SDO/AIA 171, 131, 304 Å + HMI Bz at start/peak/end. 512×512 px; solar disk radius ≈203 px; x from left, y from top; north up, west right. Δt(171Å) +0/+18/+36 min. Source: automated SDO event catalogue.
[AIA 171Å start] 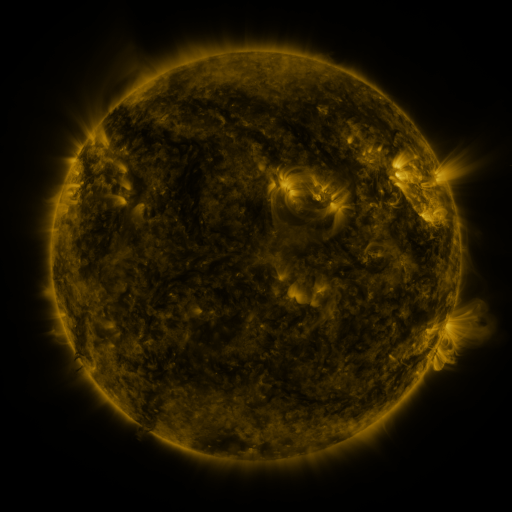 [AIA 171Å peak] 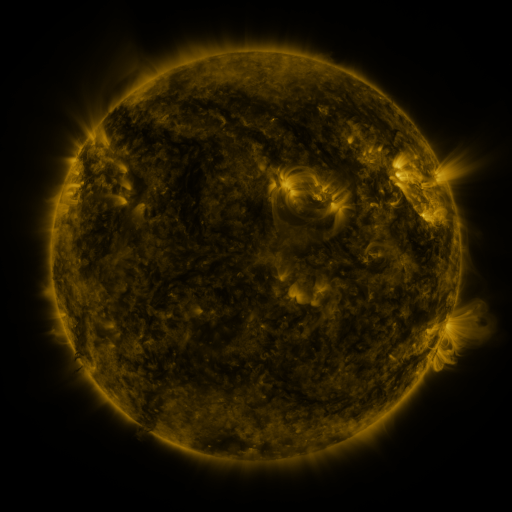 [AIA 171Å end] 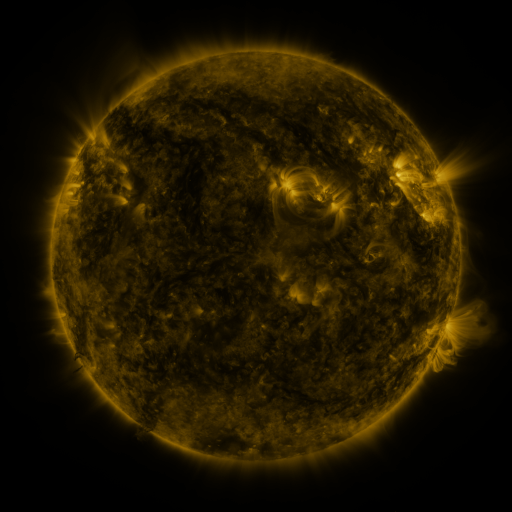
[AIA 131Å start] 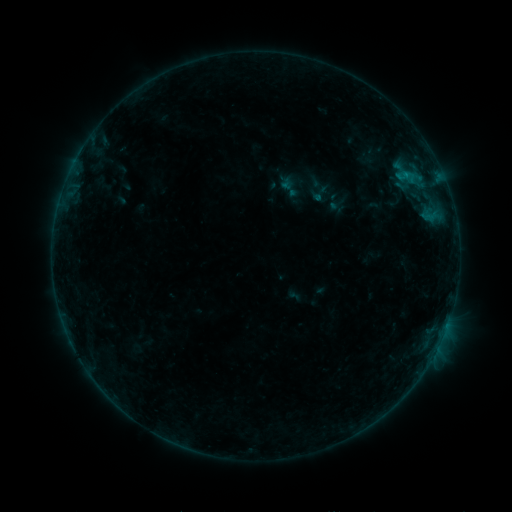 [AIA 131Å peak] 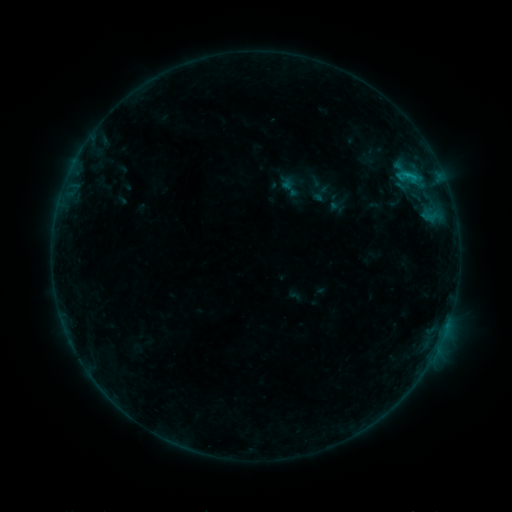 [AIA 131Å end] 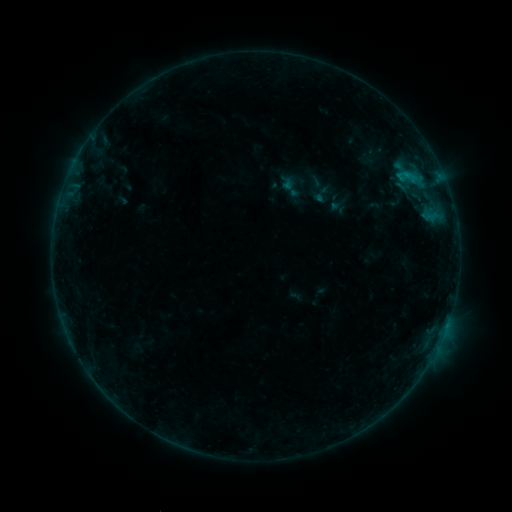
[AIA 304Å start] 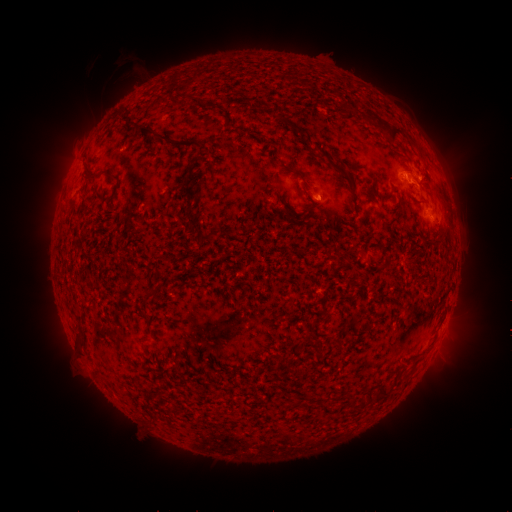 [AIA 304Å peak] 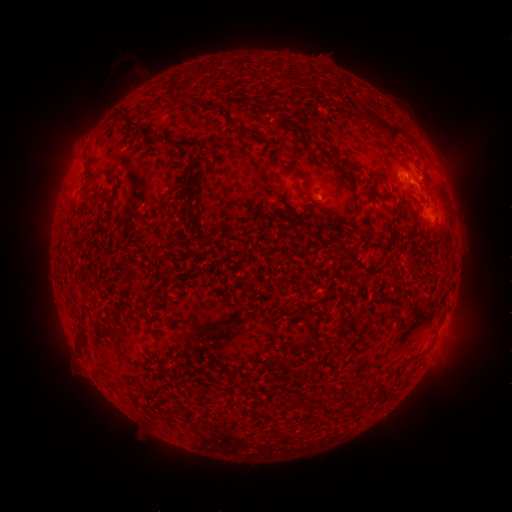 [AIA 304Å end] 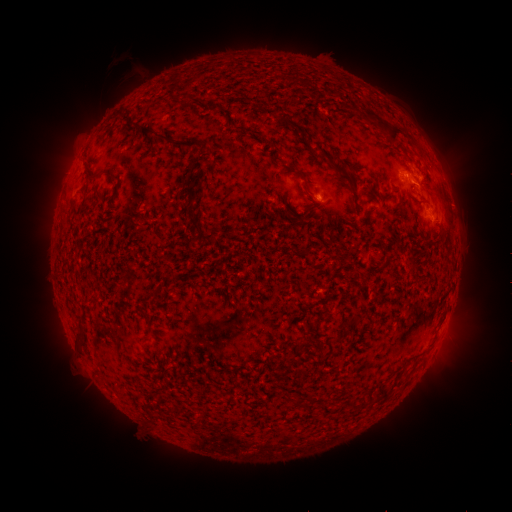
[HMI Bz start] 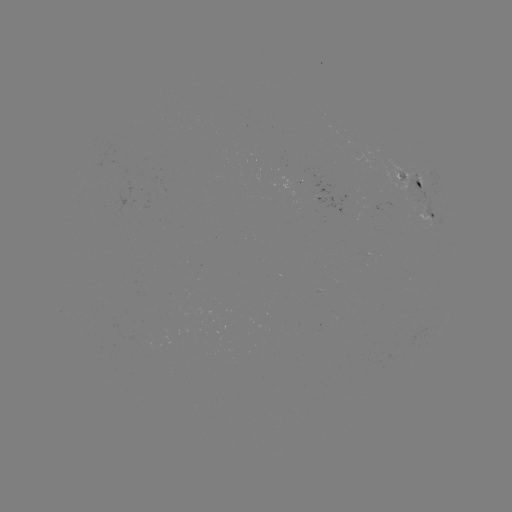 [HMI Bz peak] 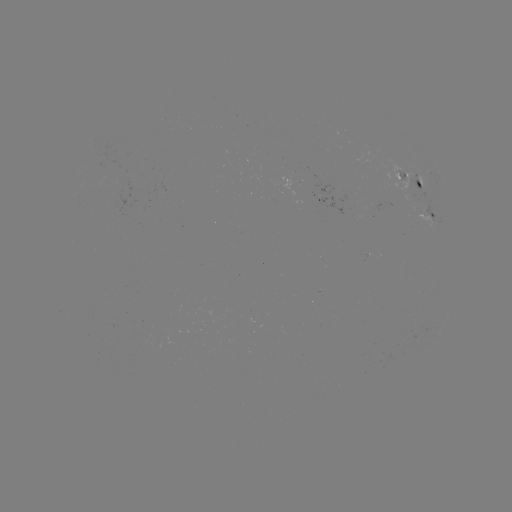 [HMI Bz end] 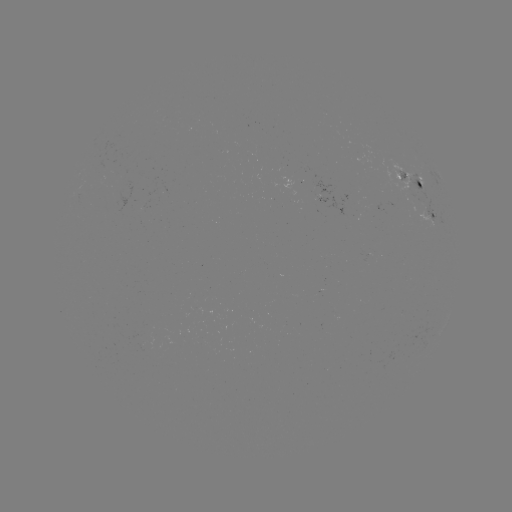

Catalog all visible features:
B5.5 flare: (413, 177)
